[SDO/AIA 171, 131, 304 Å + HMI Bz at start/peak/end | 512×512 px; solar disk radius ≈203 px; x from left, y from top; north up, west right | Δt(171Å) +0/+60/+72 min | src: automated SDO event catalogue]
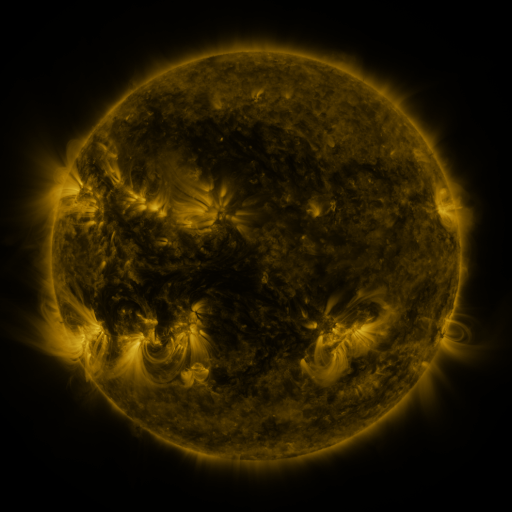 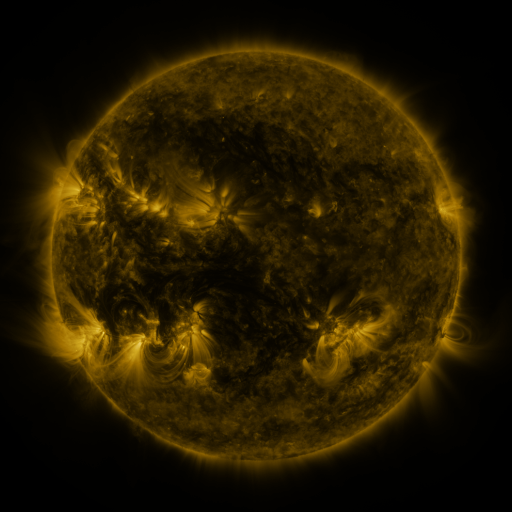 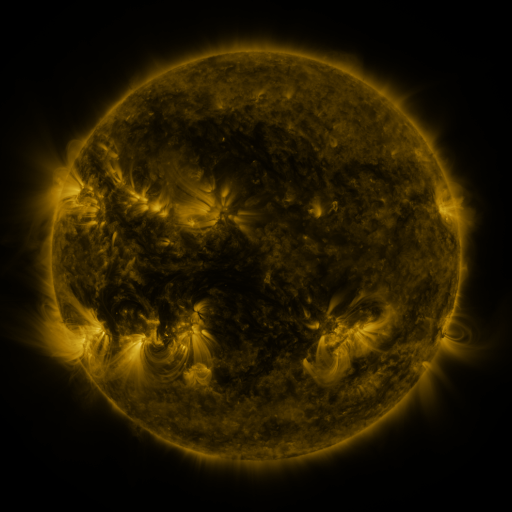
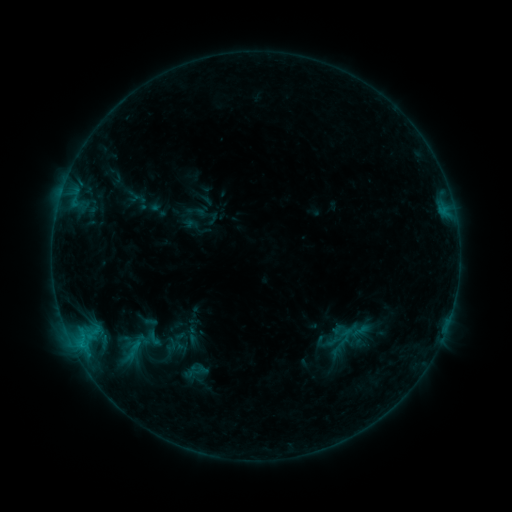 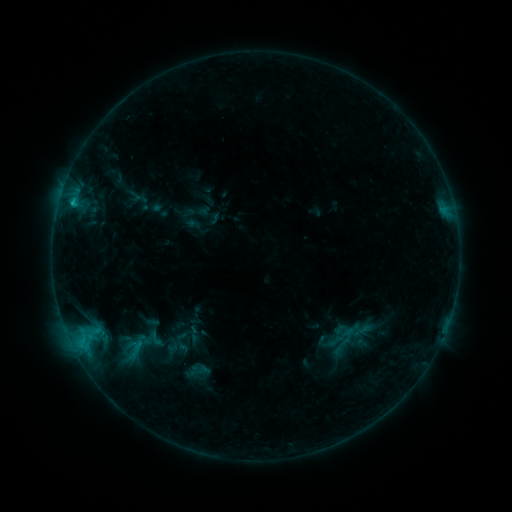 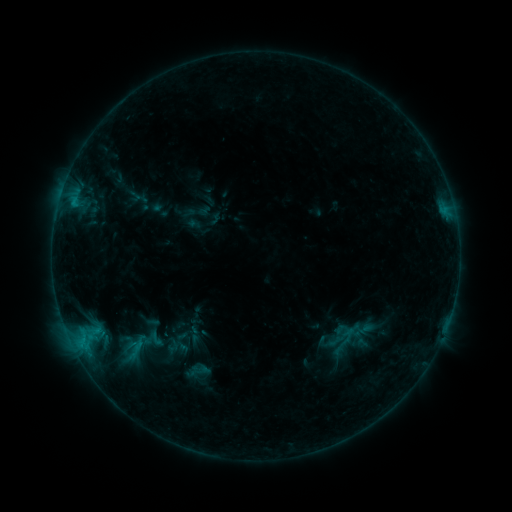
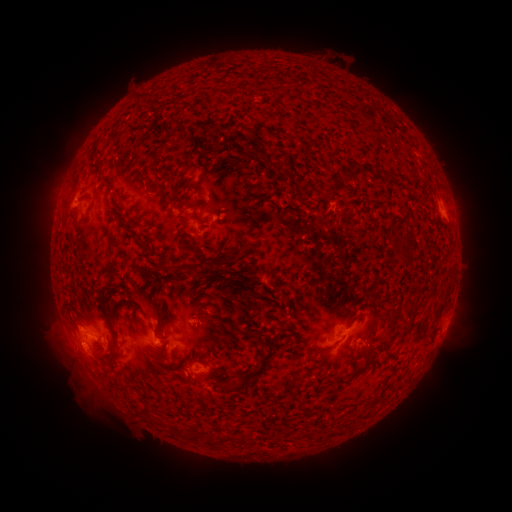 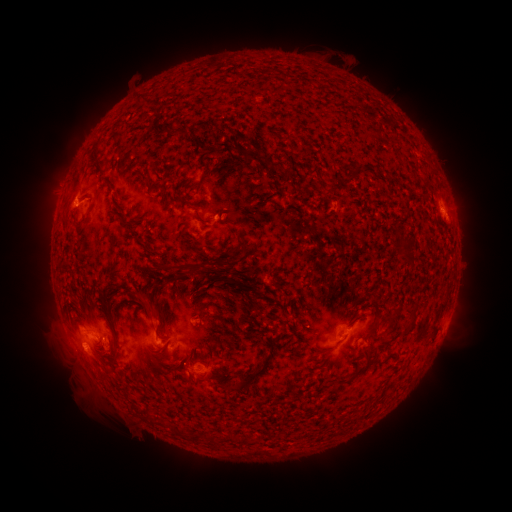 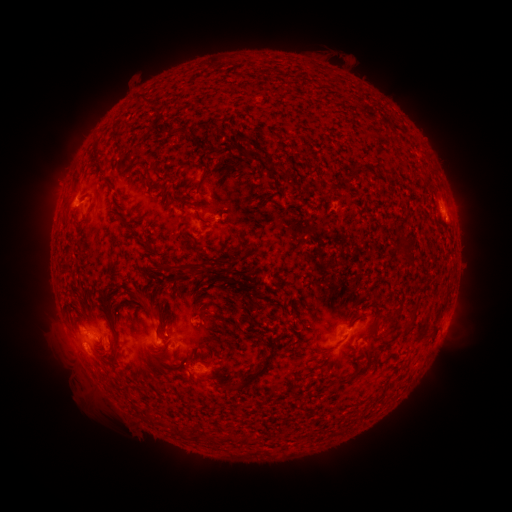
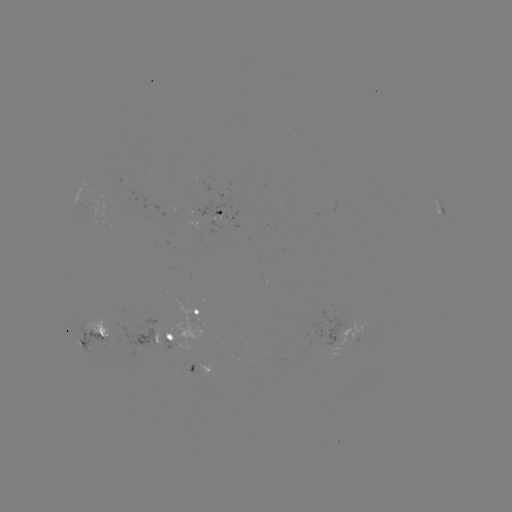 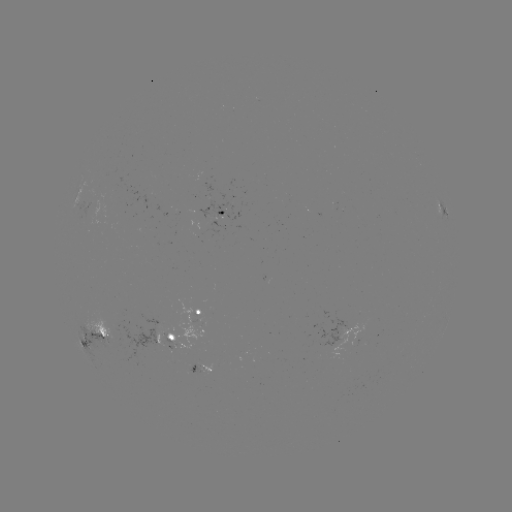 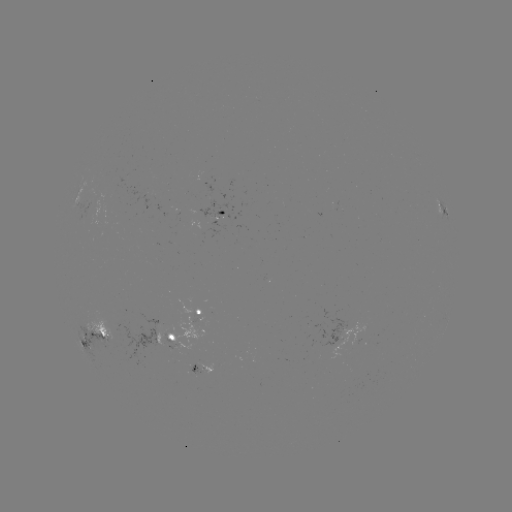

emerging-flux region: <bbox>202, 216, 216, 230</bbox>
